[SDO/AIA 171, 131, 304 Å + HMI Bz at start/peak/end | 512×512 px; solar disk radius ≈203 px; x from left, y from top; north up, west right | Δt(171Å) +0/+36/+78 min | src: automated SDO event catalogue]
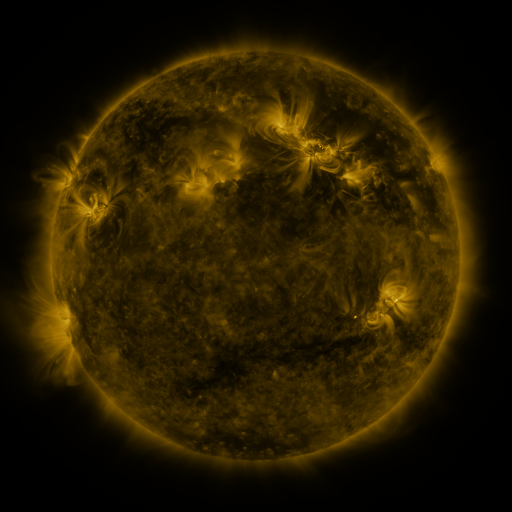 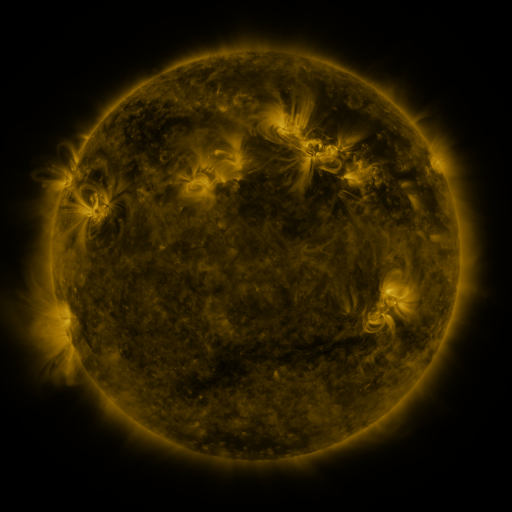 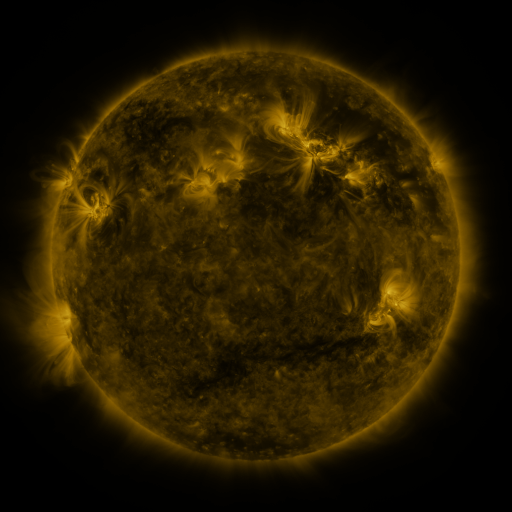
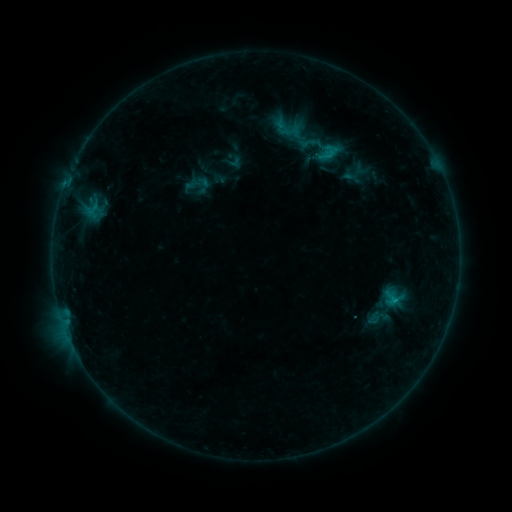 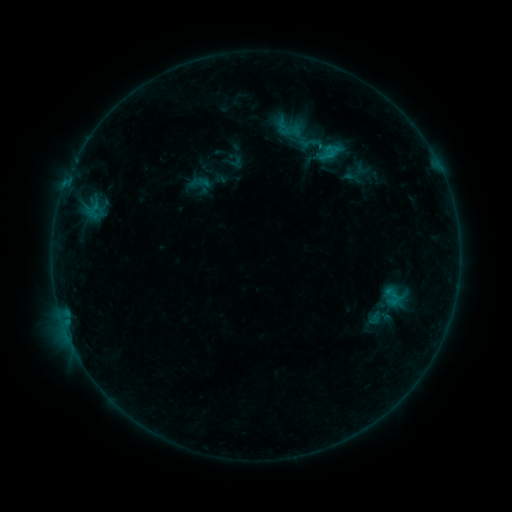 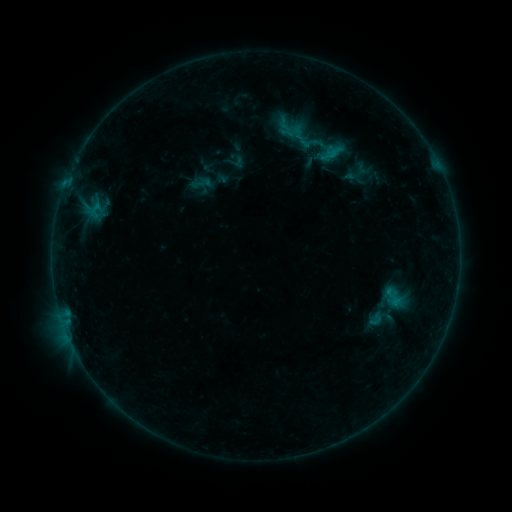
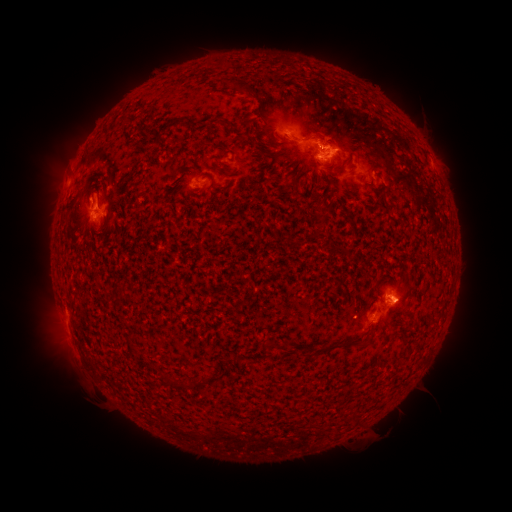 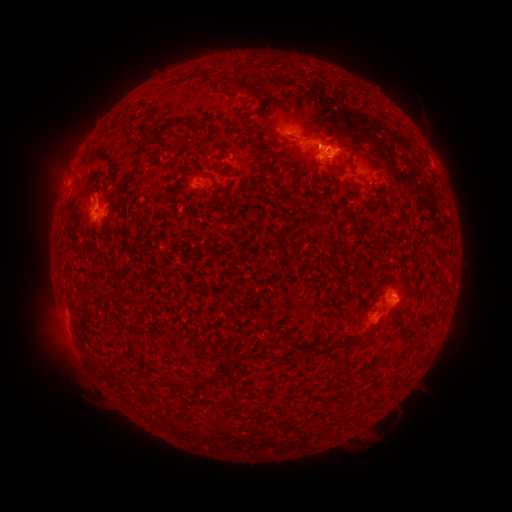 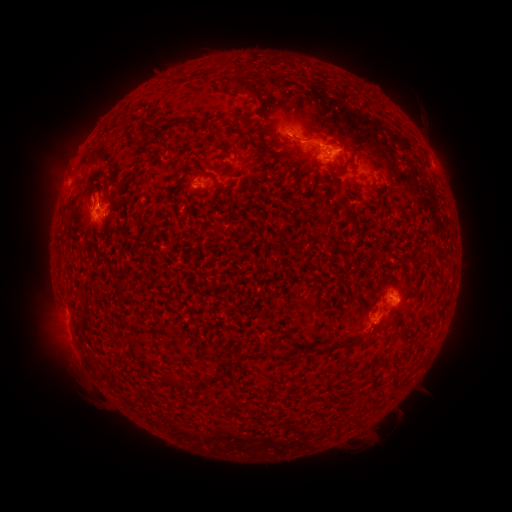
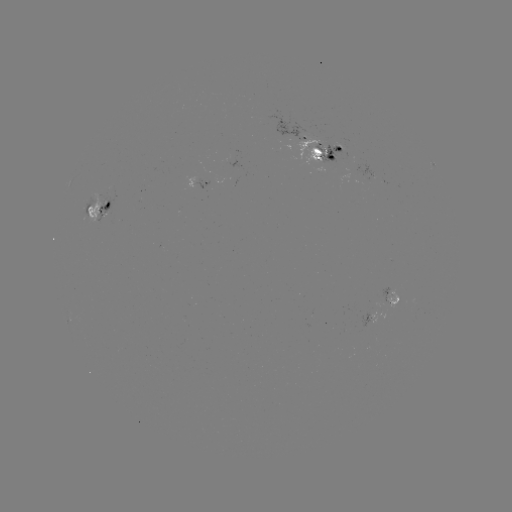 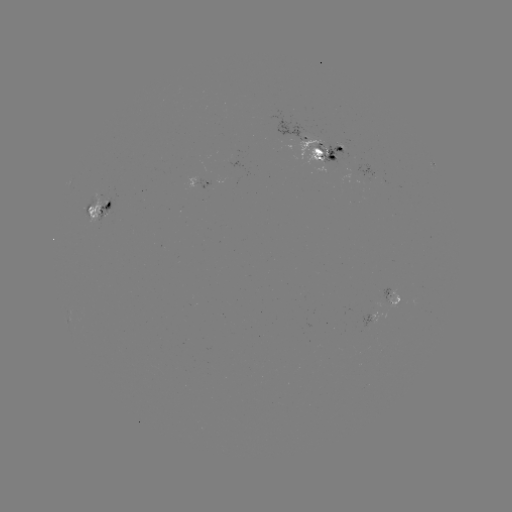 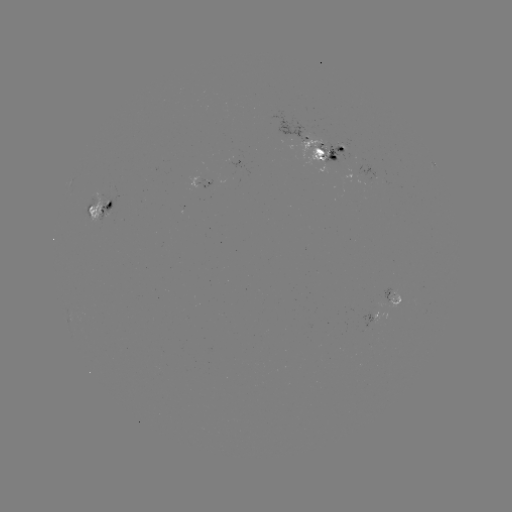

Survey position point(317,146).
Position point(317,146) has emerging-flux region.